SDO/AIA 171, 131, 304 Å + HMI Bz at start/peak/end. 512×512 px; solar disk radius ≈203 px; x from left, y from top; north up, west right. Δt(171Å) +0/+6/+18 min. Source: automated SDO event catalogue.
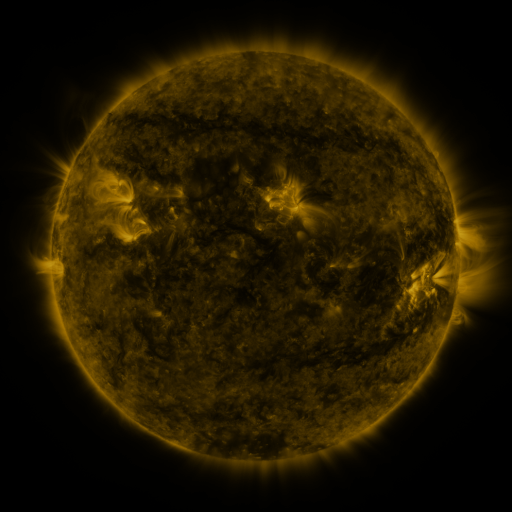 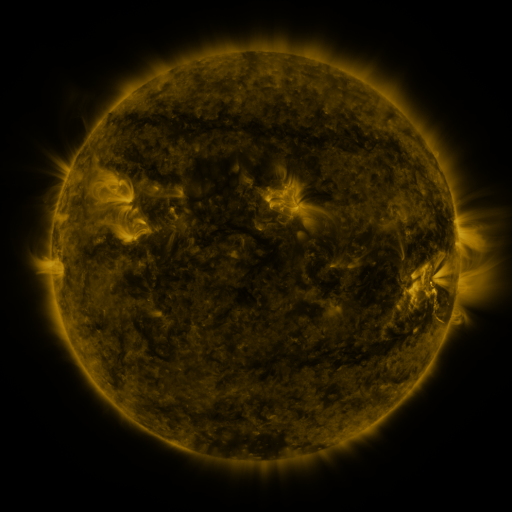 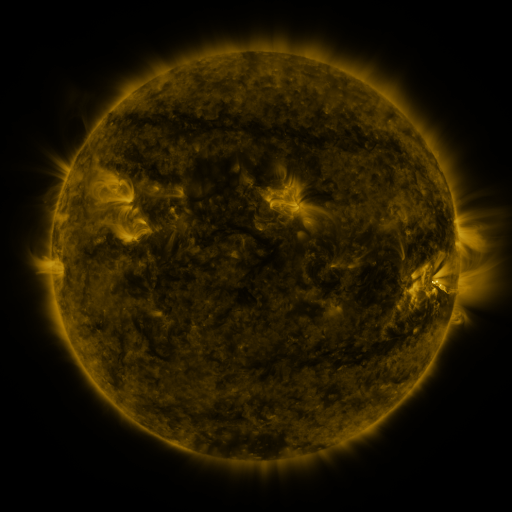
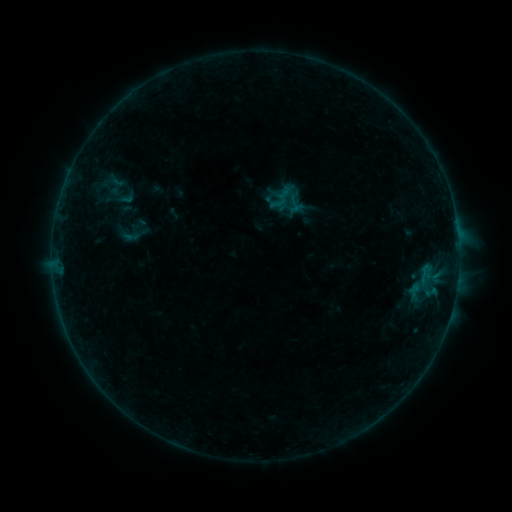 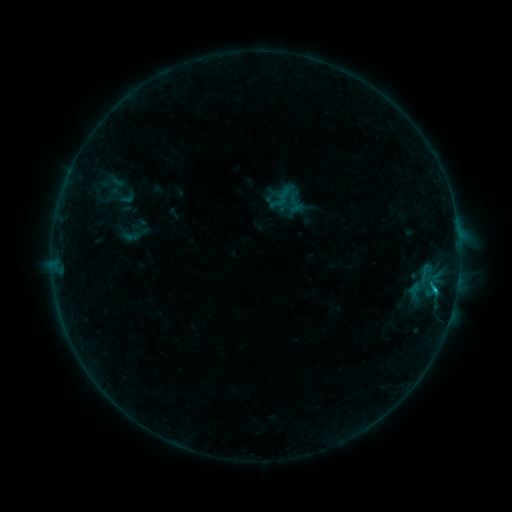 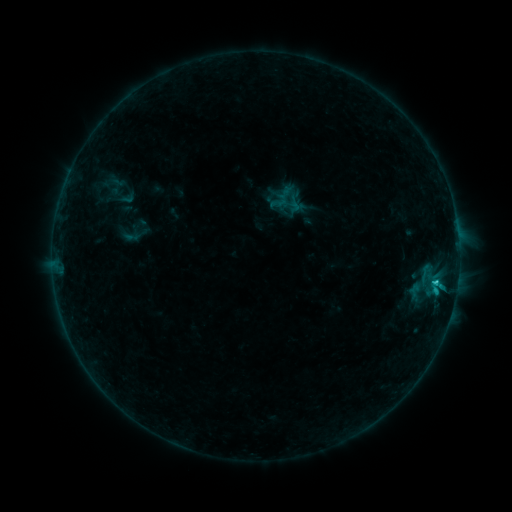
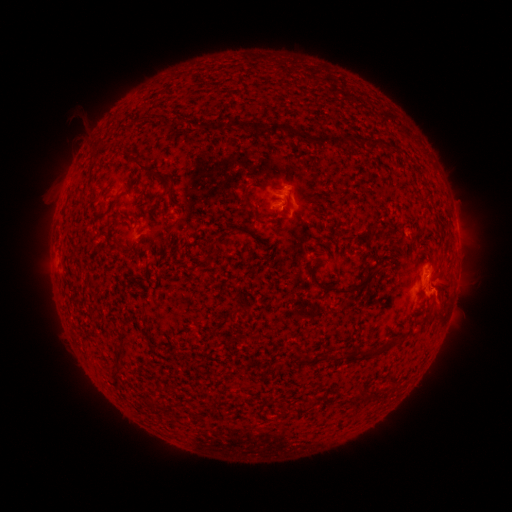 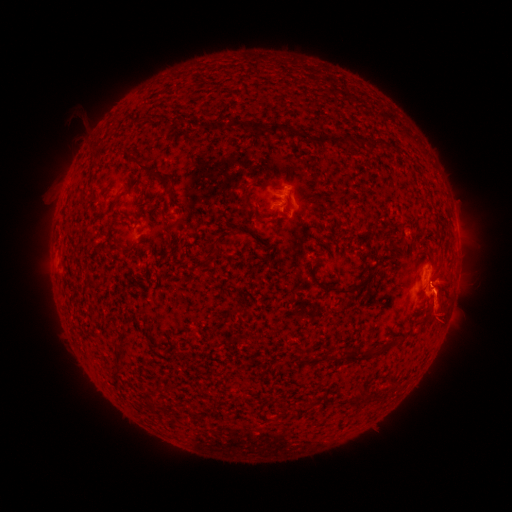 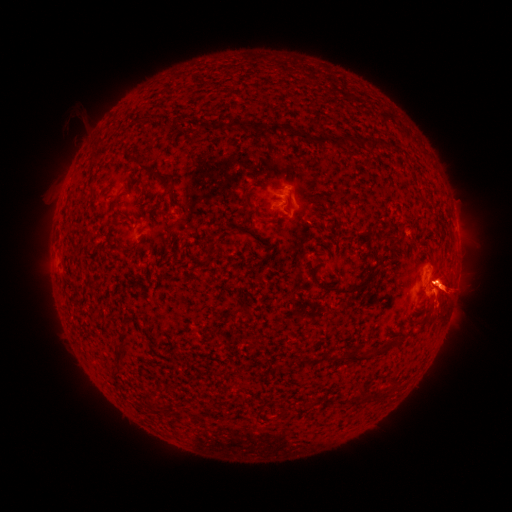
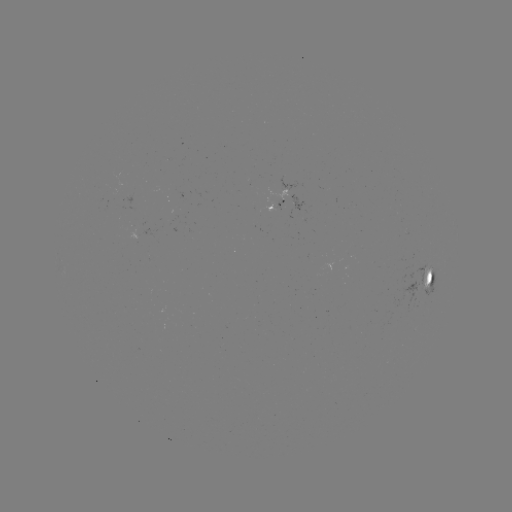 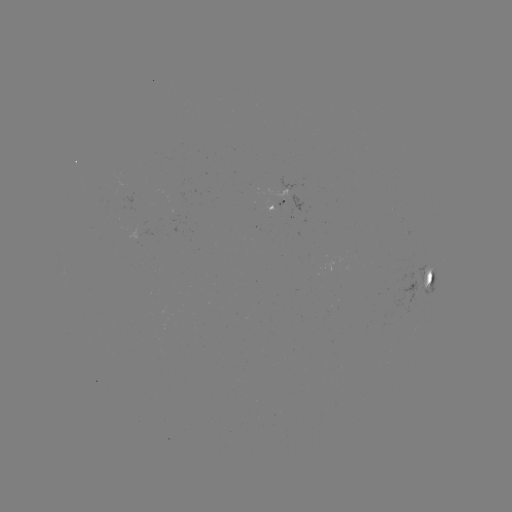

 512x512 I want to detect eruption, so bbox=[410, 291, 468, 344].